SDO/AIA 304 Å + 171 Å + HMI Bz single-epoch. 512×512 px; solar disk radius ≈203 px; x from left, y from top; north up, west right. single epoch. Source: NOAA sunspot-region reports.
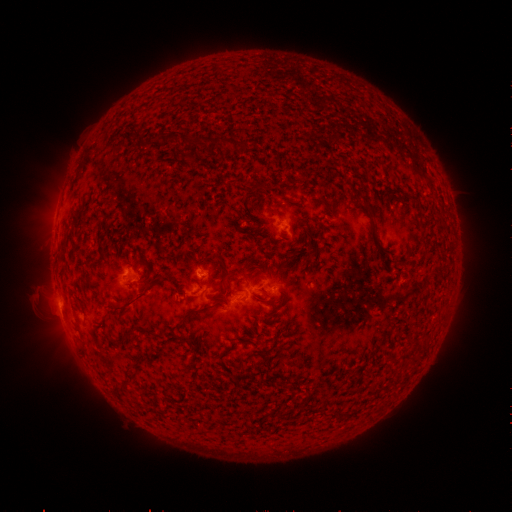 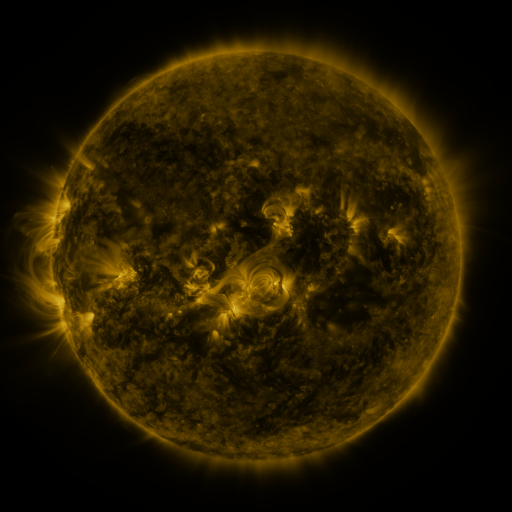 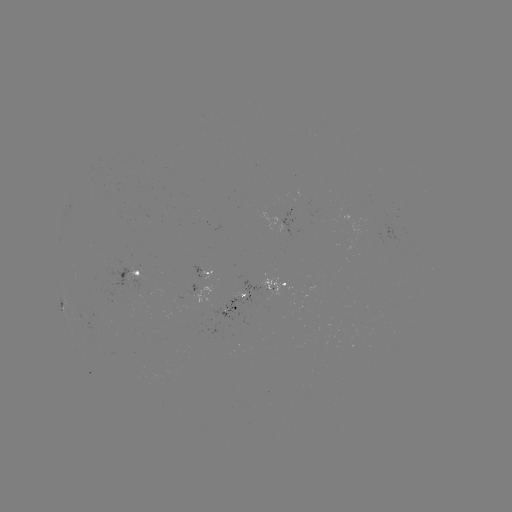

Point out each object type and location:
spotted active region: (290, 219)
spotted active region: (139, 276)
spotted active region: (200, 276)
spotted active region: (280, 287)
spotted active region: (238, 301)
